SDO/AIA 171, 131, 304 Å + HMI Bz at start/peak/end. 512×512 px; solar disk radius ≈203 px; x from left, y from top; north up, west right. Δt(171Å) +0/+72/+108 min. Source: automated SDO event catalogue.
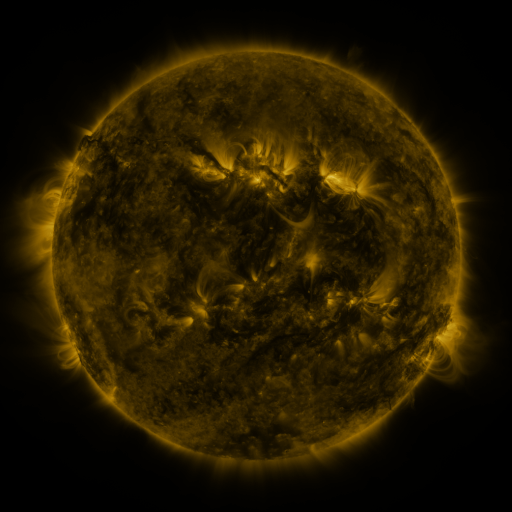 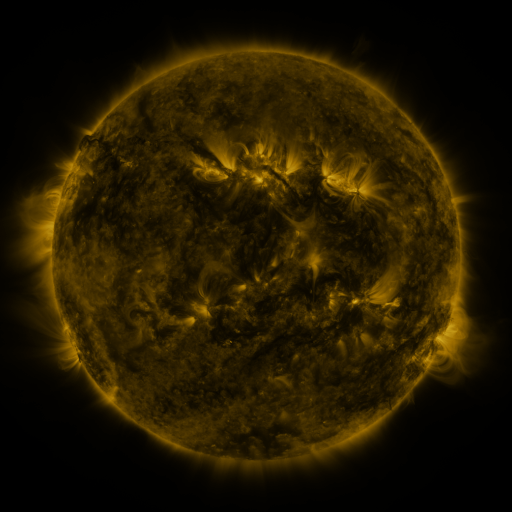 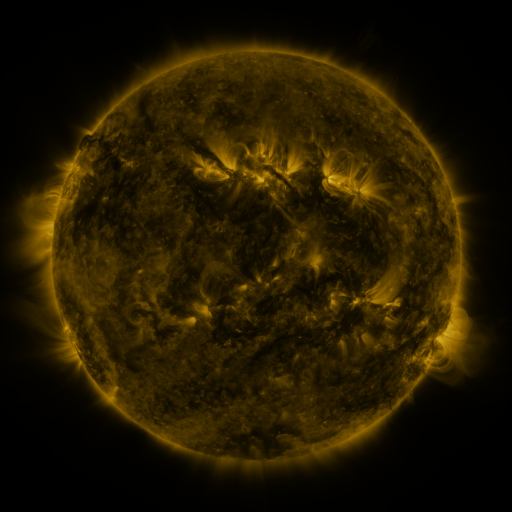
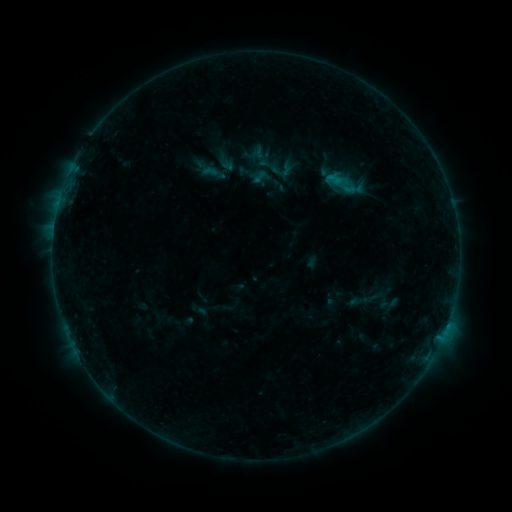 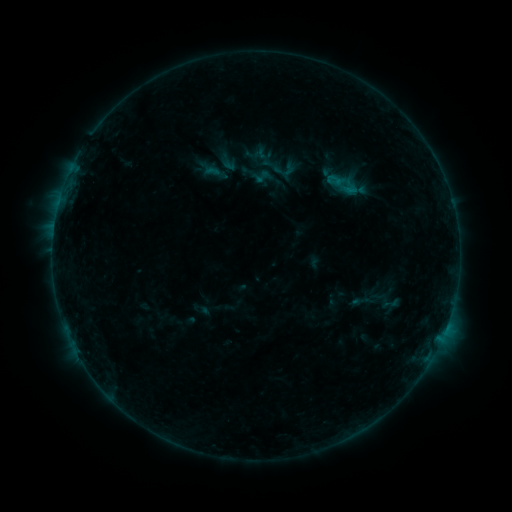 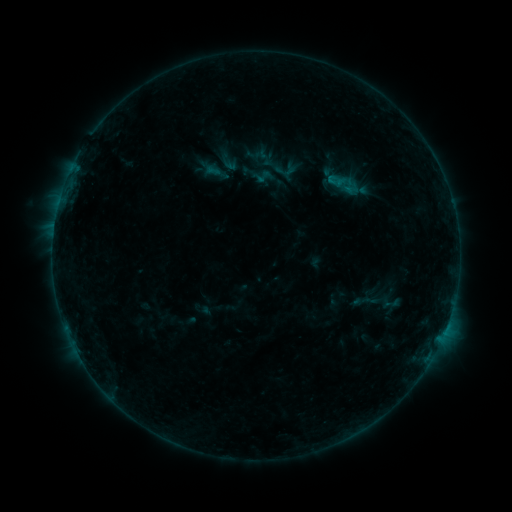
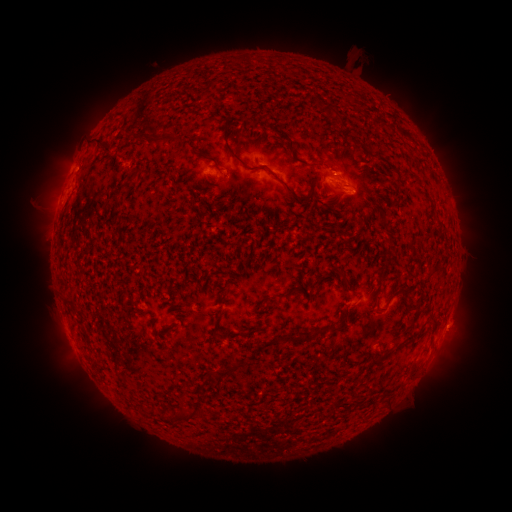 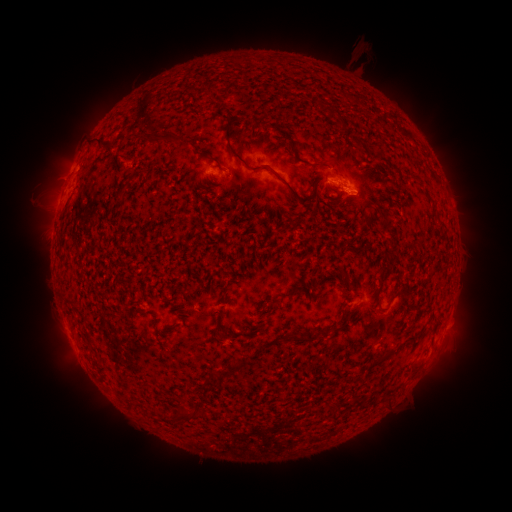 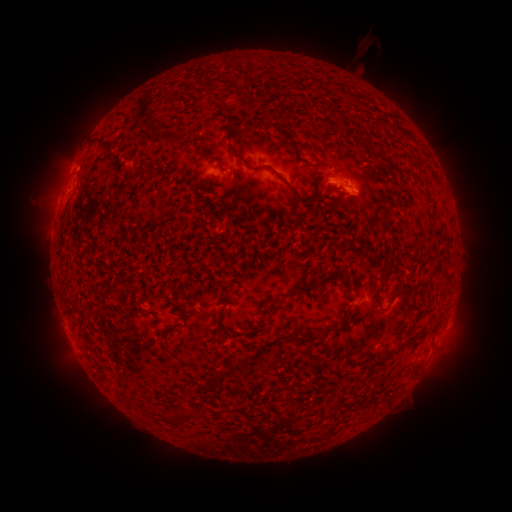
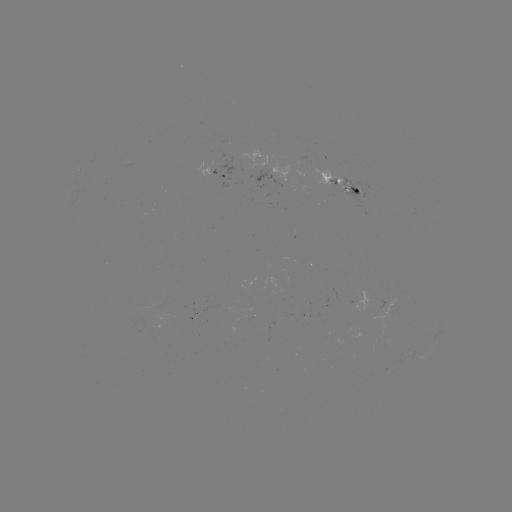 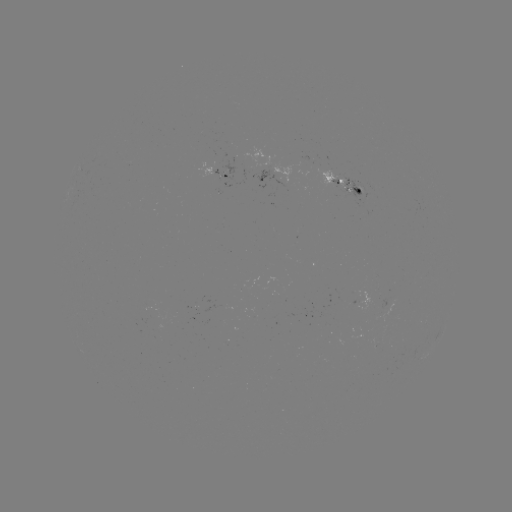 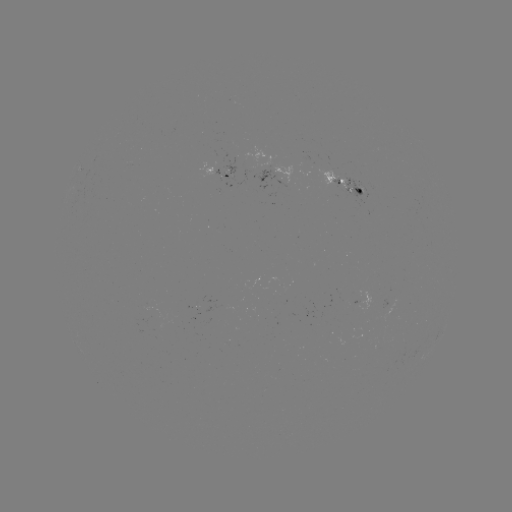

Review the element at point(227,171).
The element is emerging-flux region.